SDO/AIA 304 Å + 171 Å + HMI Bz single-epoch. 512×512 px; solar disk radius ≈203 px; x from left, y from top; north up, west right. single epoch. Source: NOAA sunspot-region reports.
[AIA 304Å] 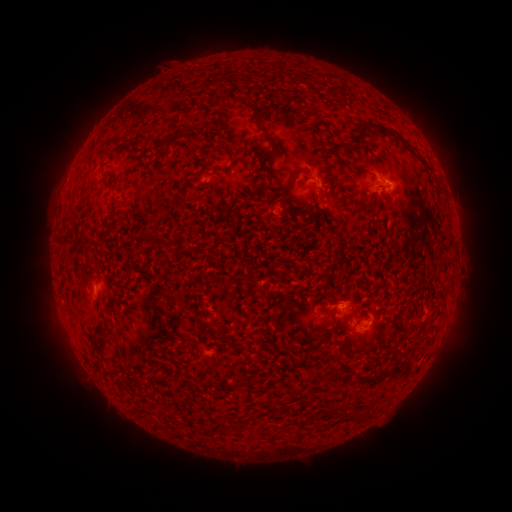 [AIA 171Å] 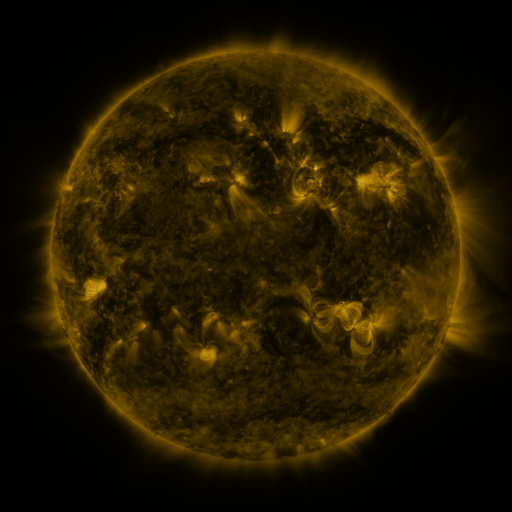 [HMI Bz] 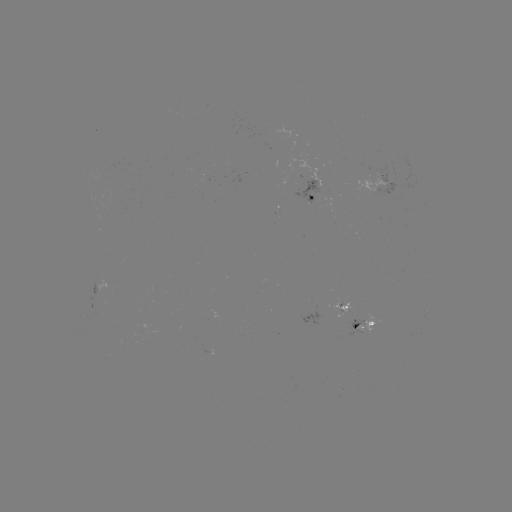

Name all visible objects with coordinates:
spotted active region: (314, 186)
spotted active region: (380, 188)
spotted active region: (104, 289)
spotted active region: (341, 311)
spotted active region: (366, 326)
spotted active region: (212, 349)
